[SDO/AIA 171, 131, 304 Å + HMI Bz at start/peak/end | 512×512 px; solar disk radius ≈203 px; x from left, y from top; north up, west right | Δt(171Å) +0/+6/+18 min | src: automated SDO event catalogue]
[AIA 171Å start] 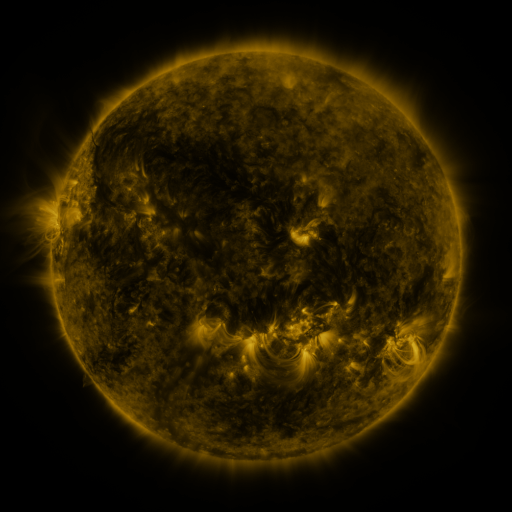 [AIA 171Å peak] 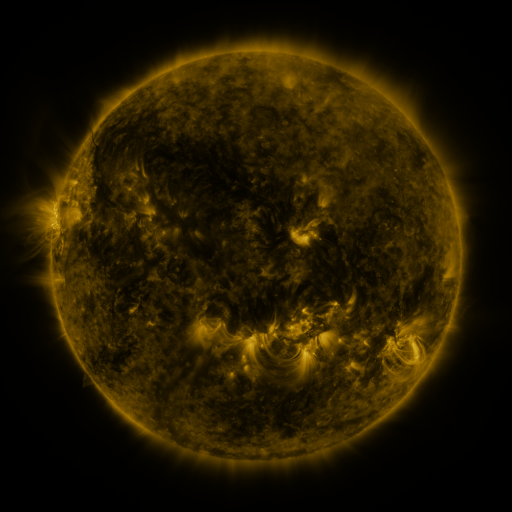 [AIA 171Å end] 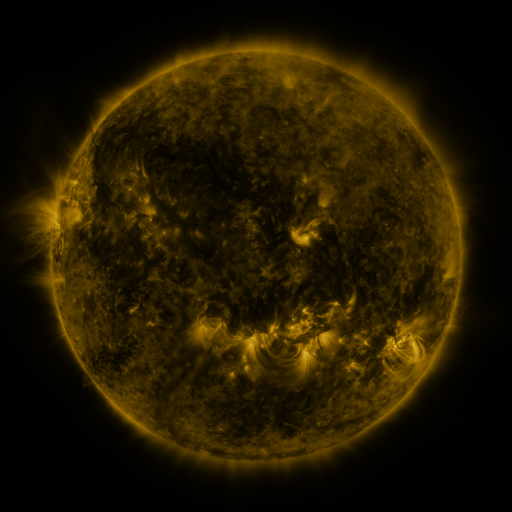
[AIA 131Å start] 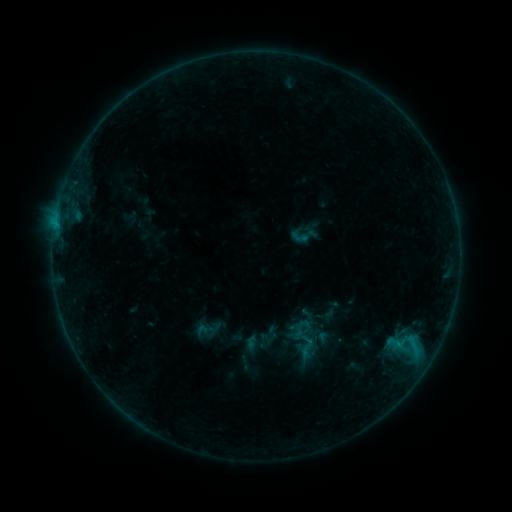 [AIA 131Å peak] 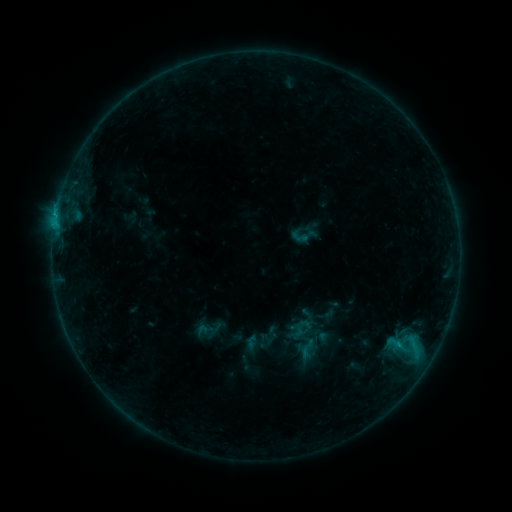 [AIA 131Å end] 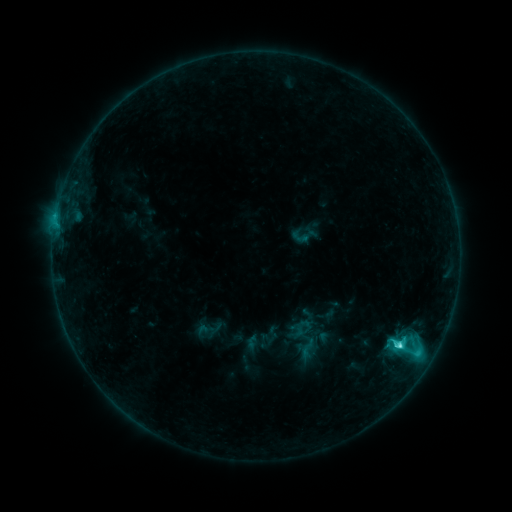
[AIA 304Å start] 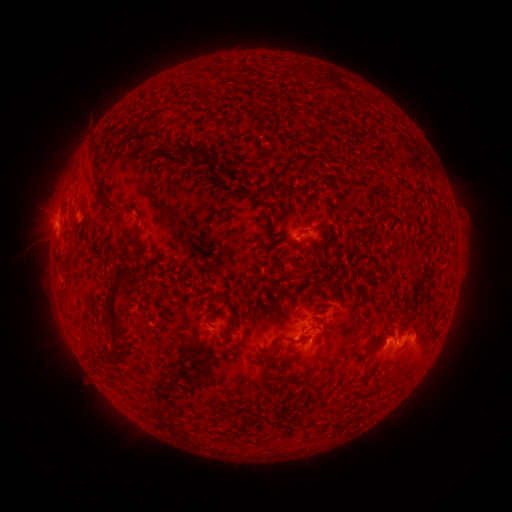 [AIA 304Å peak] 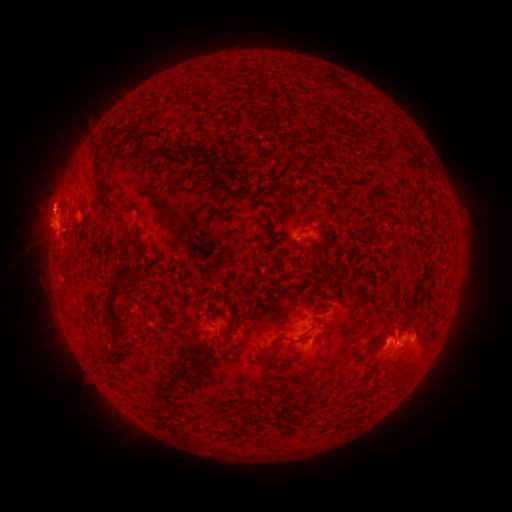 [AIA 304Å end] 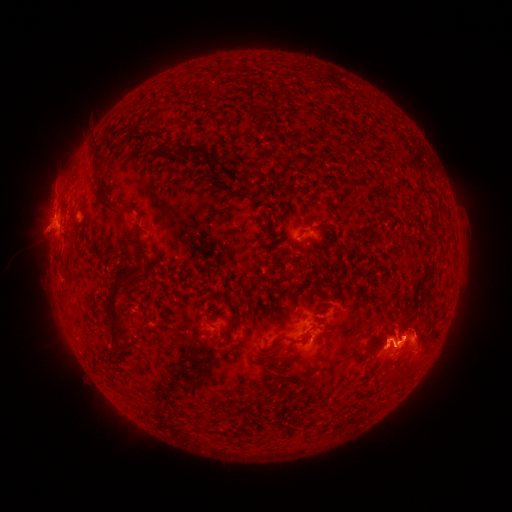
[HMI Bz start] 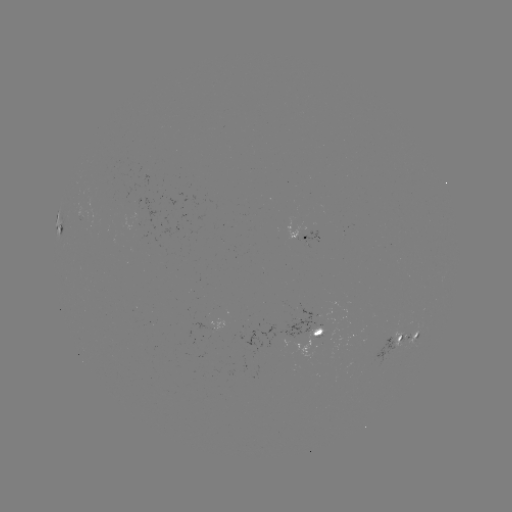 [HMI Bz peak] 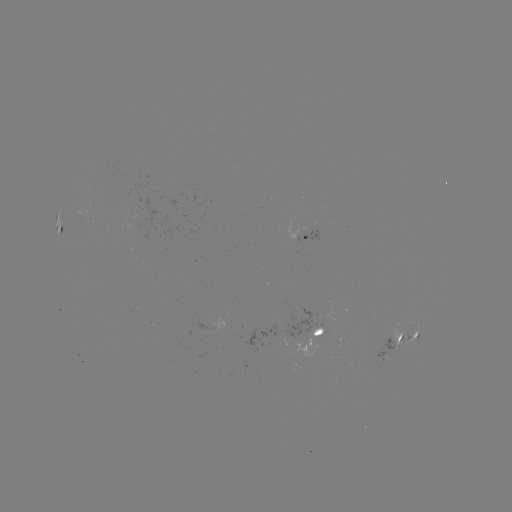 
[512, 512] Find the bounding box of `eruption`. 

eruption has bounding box [24, 169, 83, 229].